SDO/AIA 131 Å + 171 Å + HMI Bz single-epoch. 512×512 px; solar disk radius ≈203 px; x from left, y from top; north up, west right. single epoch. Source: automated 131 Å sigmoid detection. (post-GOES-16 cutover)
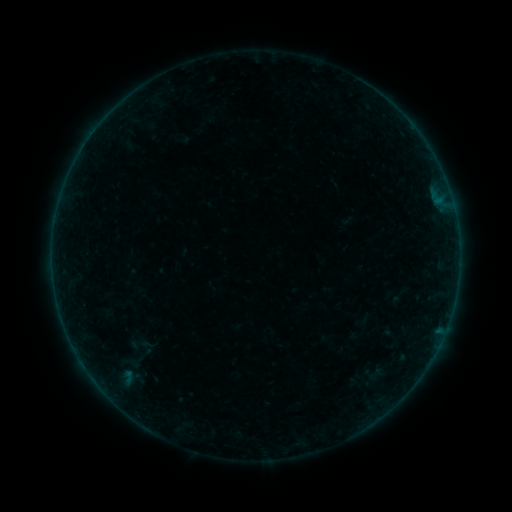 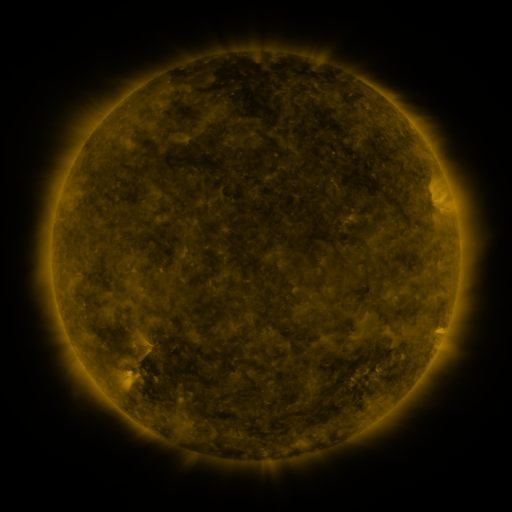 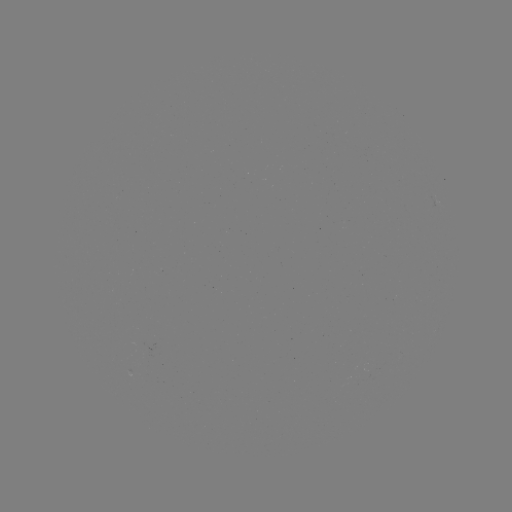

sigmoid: <bbox>123, 332, 153, 356</bbox>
